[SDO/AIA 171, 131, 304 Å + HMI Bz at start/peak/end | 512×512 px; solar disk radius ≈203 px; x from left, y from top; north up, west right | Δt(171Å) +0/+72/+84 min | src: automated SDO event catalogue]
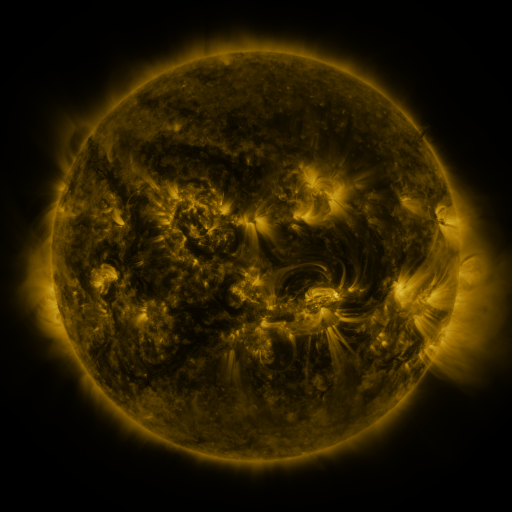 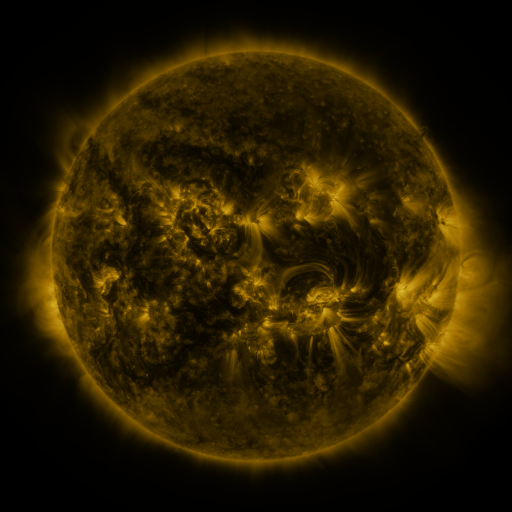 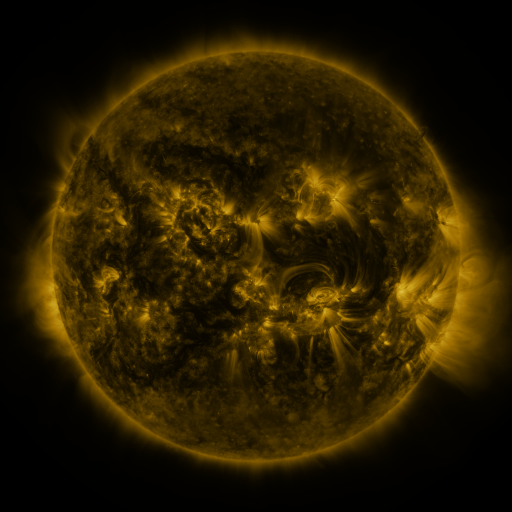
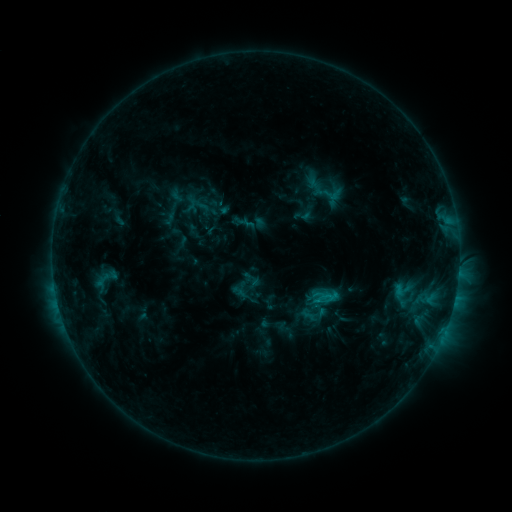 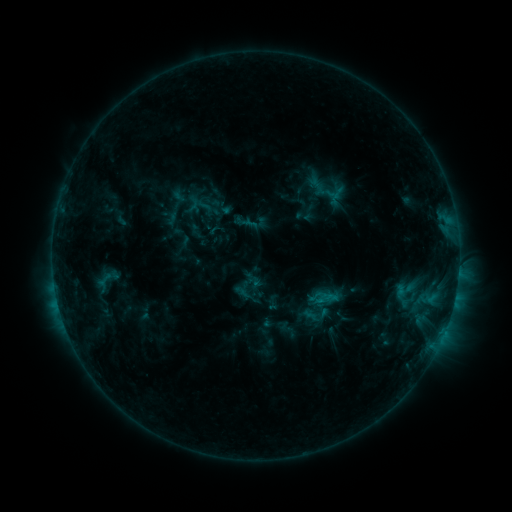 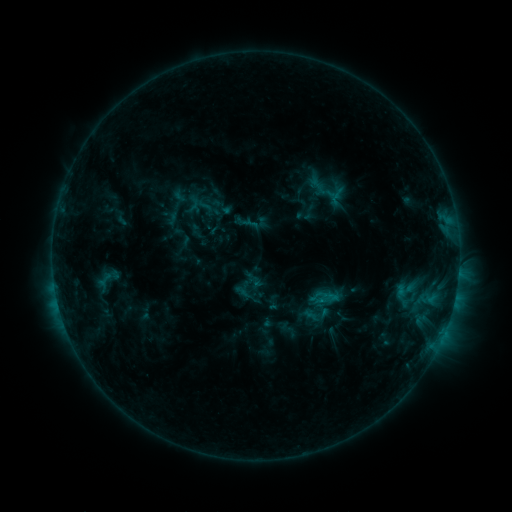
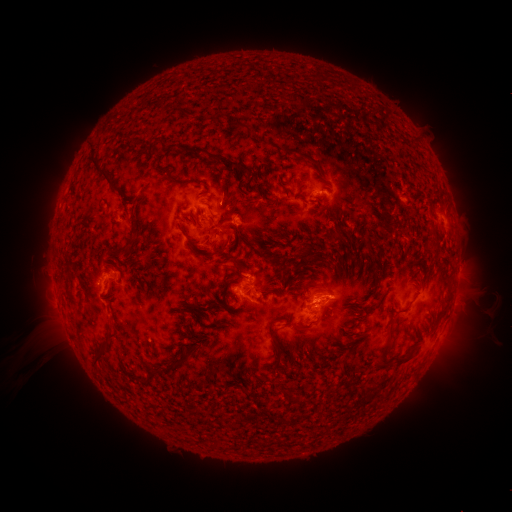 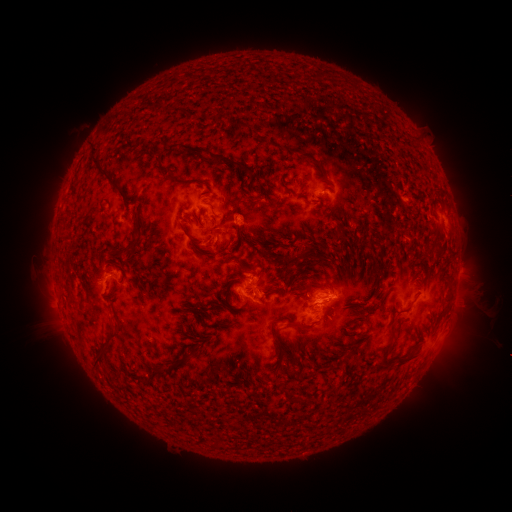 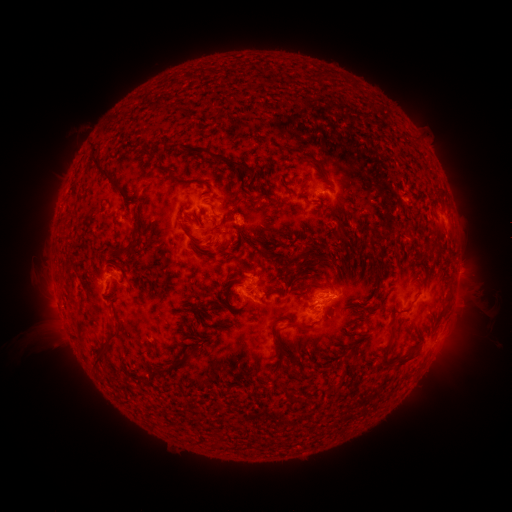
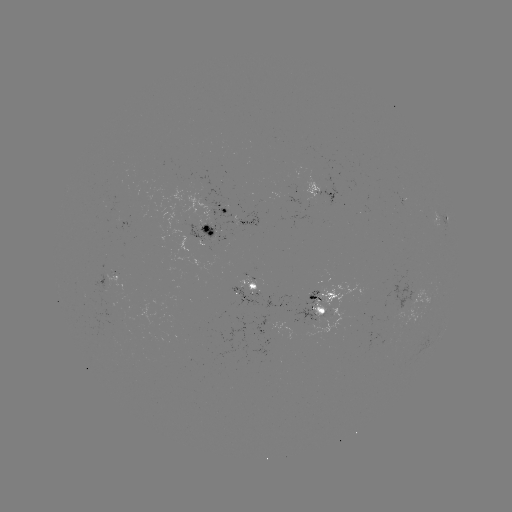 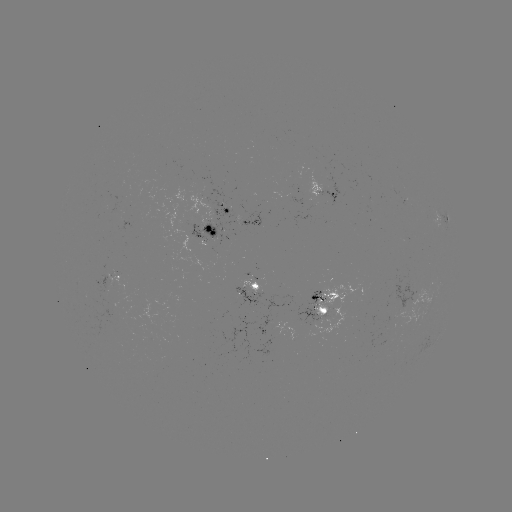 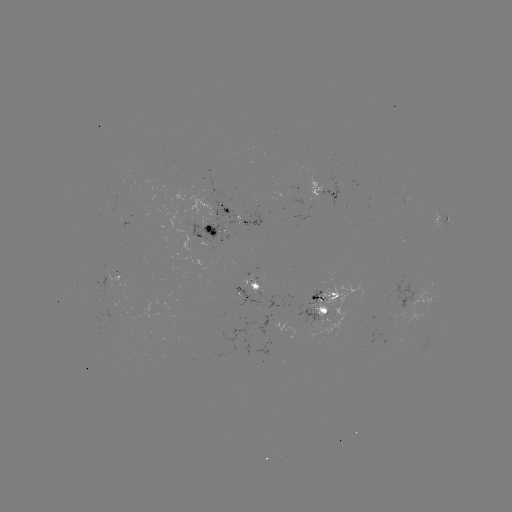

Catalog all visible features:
emerging-flux region: (209, 225)
